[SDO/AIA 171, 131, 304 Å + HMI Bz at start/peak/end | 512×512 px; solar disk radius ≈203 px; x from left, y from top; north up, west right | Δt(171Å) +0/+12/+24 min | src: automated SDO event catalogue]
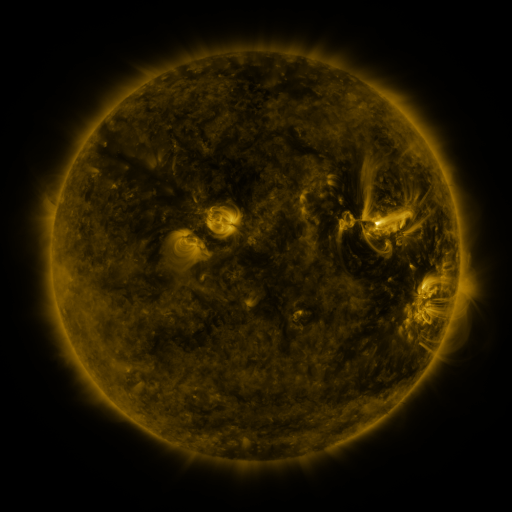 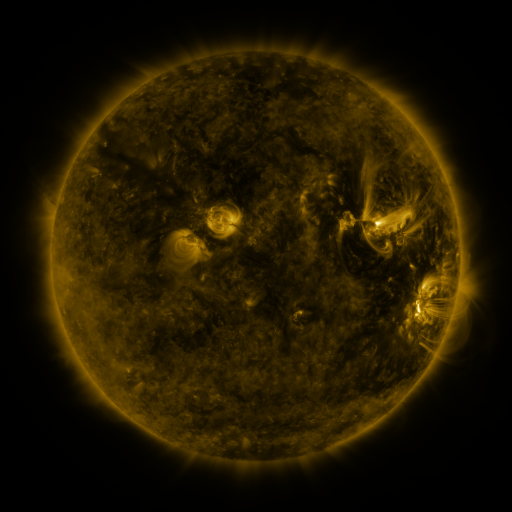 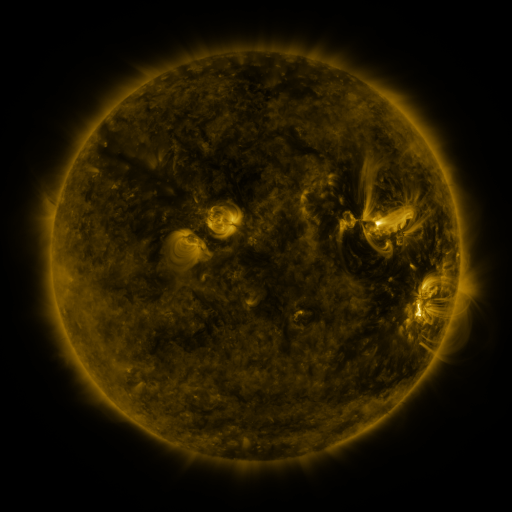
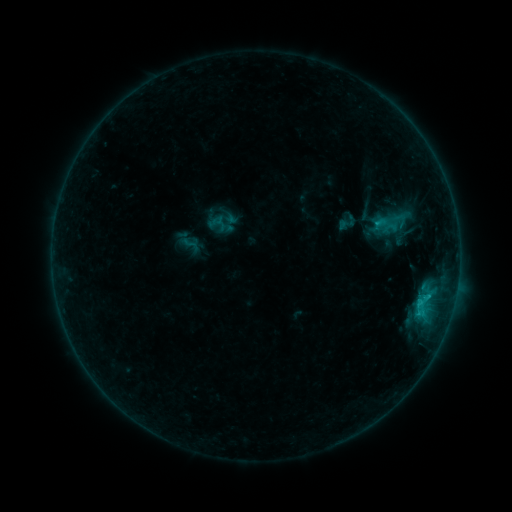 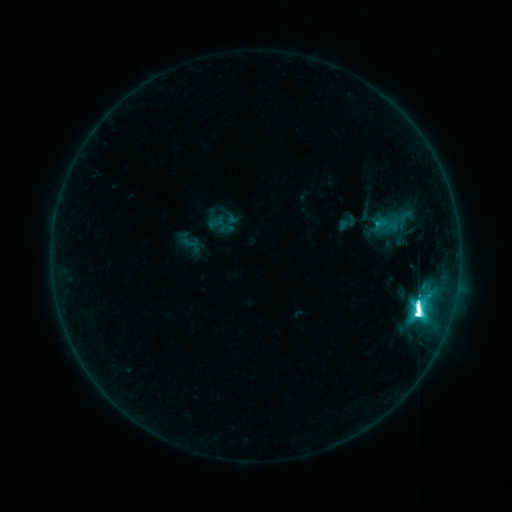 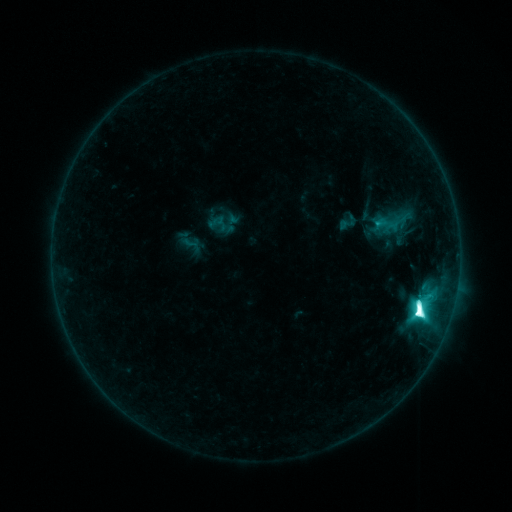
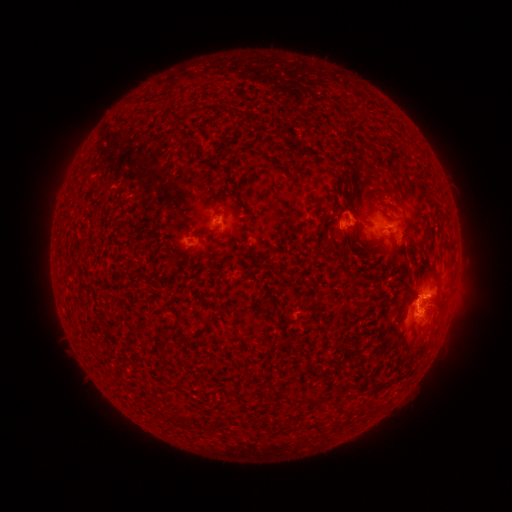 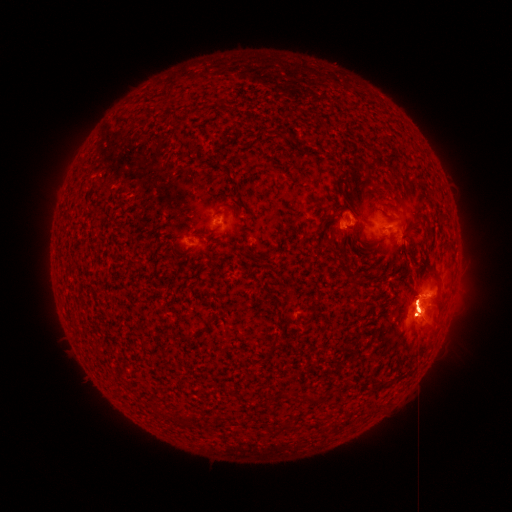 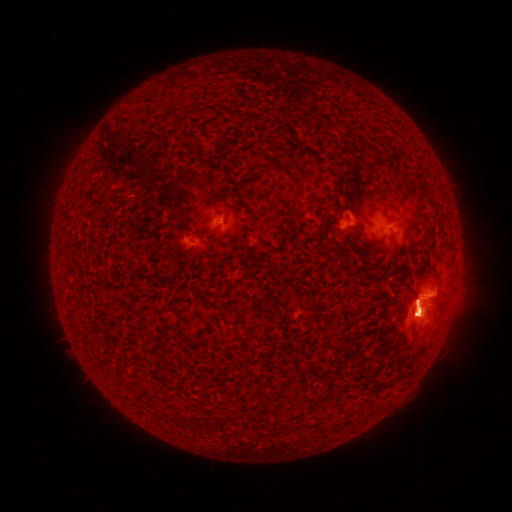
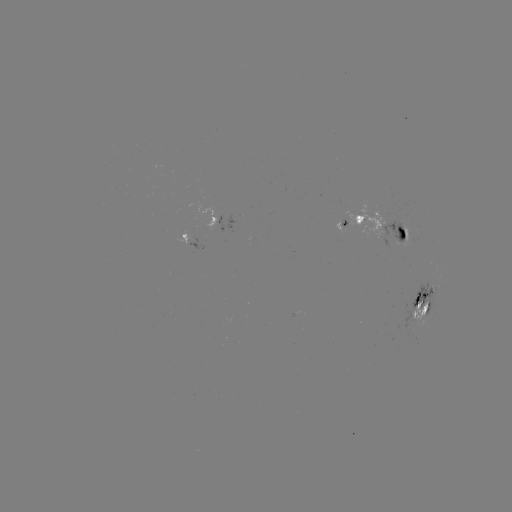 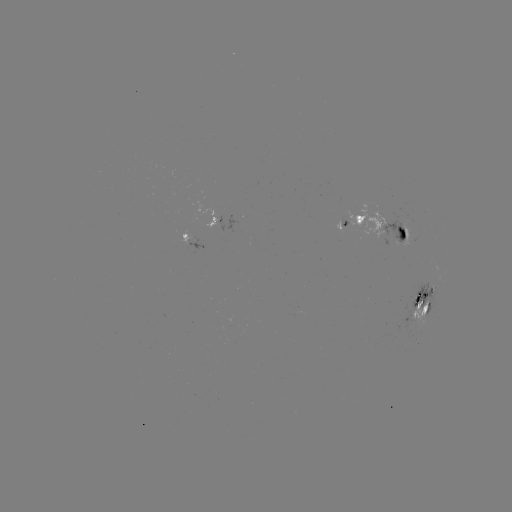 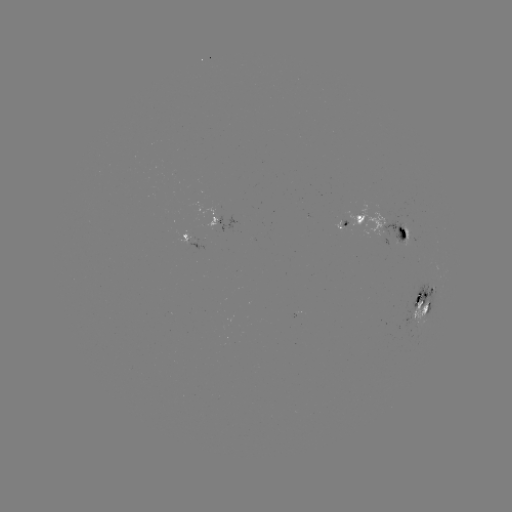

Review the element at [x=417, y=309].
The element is M3.9 flare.